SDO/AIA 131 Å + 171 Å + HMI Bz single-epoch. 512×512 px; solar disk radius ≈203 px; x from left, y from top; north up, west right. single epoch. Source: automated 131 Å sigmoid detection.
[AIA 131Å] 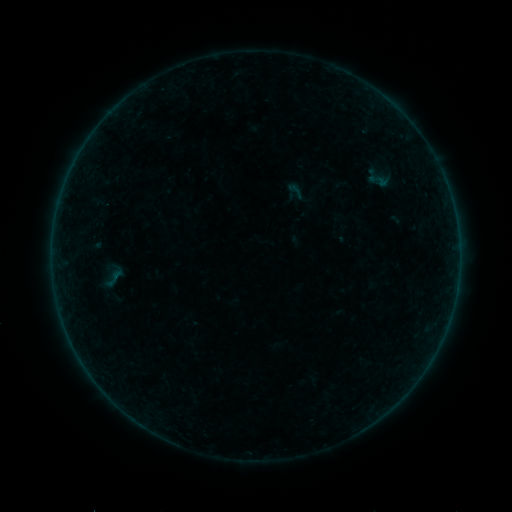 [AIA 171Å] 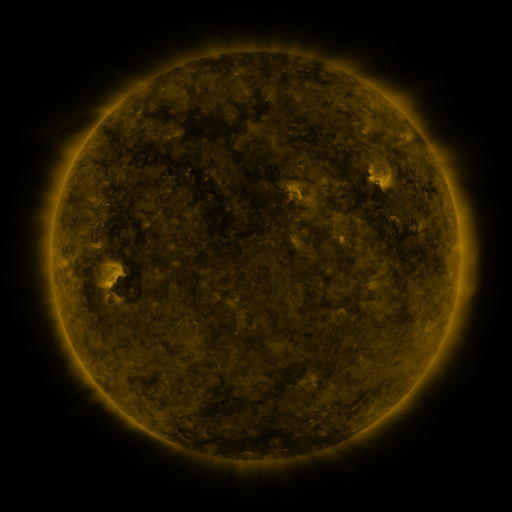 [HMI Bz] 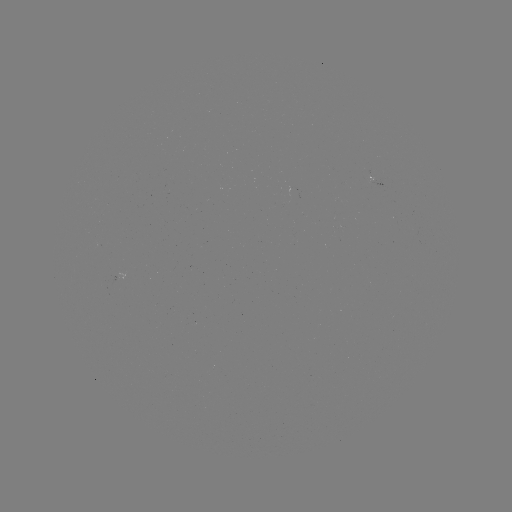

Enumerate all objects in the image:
sigmoid: <bbox>284, 179, 308, 202</bbox>
